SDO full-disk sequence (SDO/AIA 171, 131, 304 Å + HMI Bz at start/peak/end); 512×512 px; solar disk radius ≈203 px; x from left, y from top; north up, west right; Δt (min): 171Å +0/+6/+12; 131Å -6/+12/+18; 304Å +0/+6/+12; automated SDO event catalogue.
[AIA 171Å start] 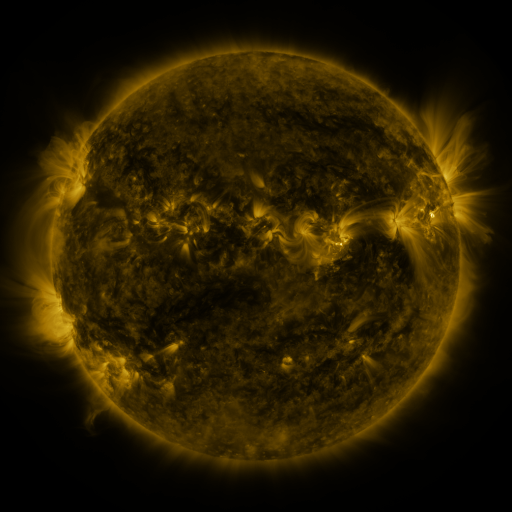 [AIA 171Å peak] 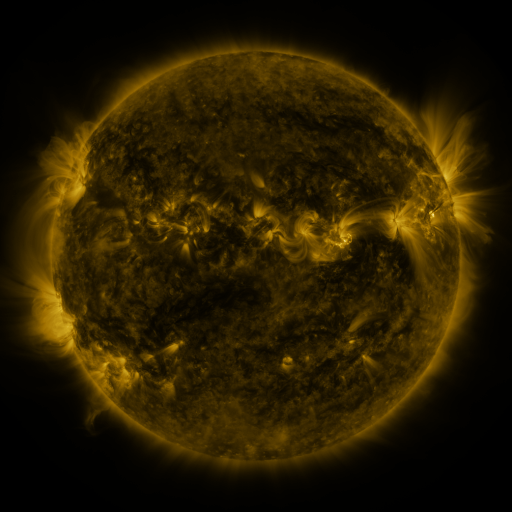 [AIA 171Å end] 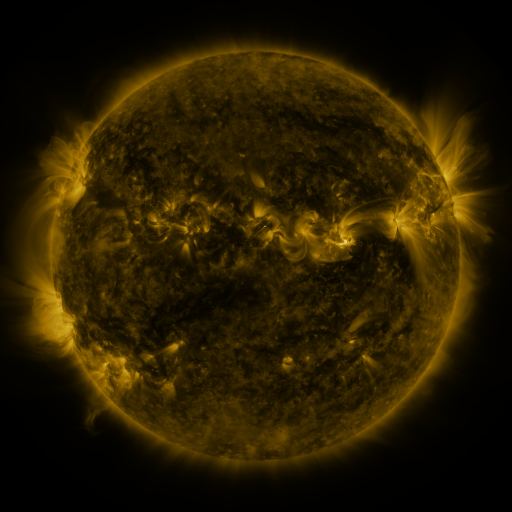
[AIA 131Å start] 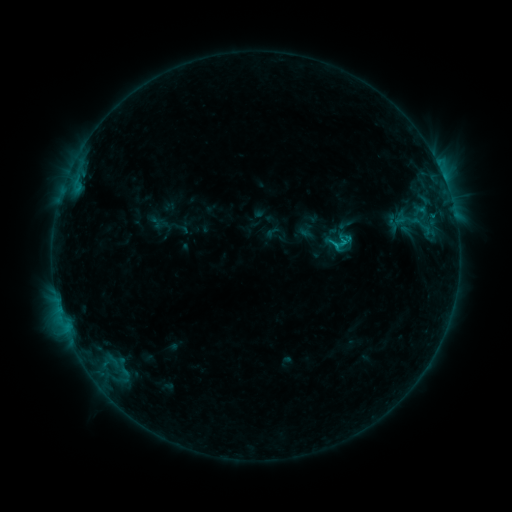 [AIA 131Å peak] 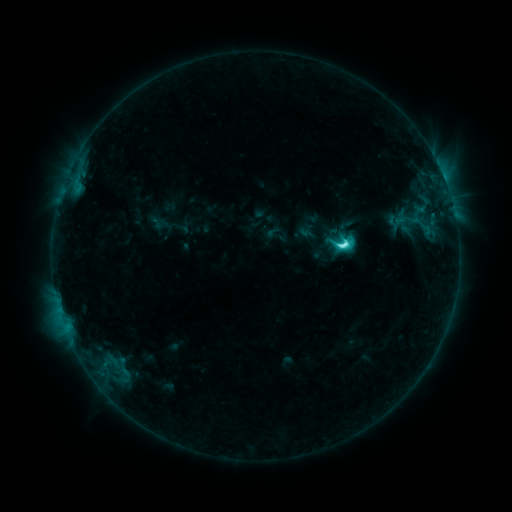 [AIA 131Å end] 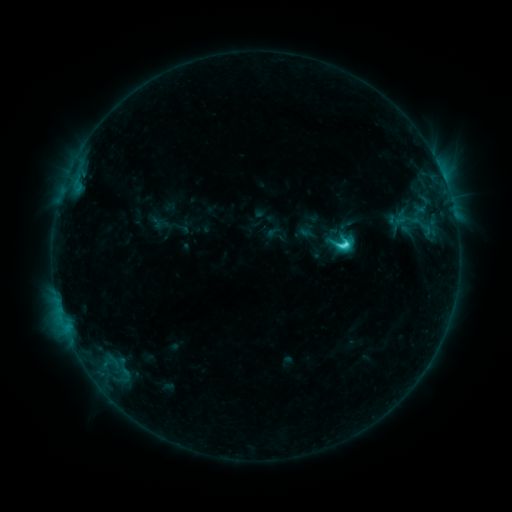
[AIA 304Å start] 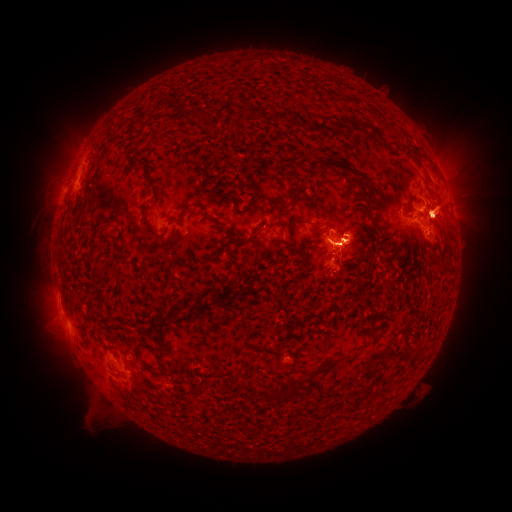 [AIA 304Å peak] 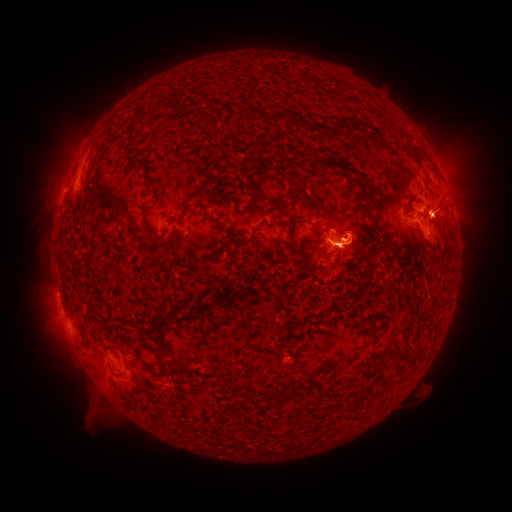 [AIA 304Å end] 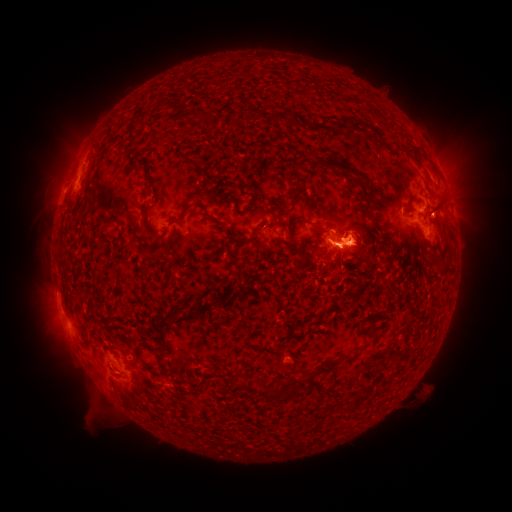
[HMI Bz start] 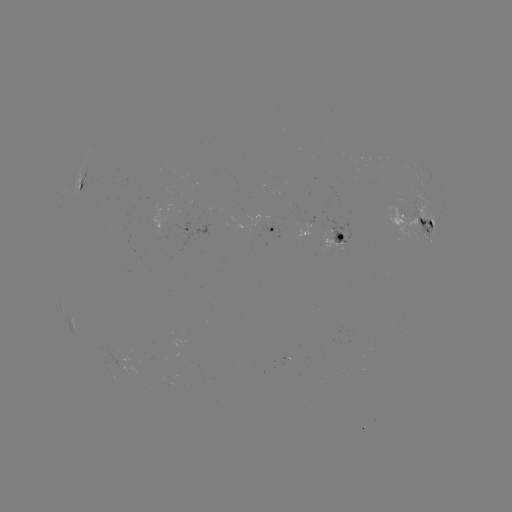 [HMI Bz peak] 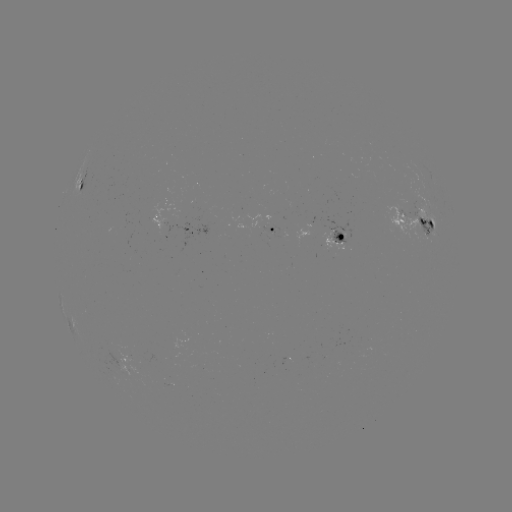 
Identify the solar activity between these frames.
eruption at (455, 190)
